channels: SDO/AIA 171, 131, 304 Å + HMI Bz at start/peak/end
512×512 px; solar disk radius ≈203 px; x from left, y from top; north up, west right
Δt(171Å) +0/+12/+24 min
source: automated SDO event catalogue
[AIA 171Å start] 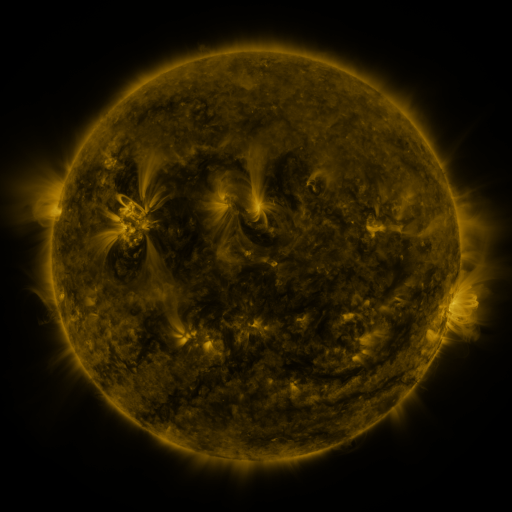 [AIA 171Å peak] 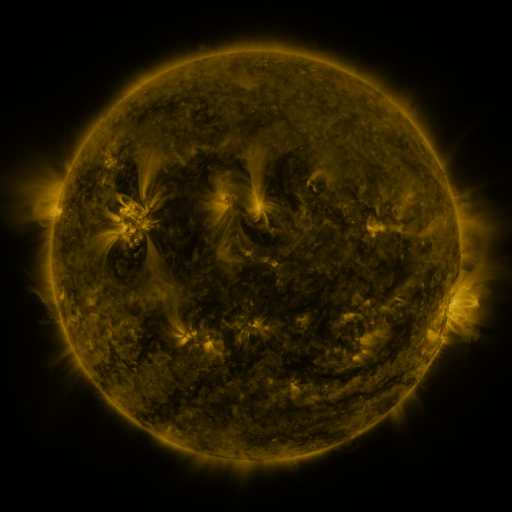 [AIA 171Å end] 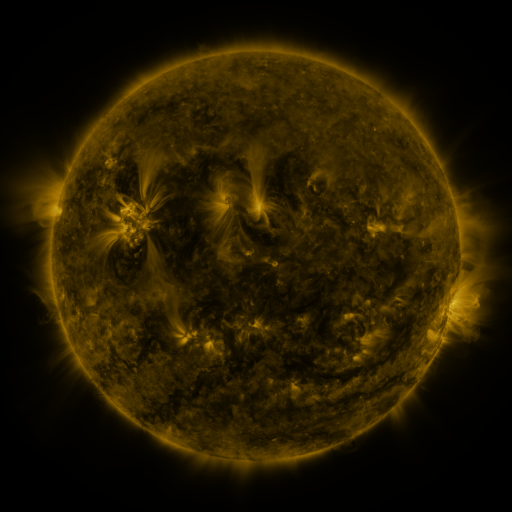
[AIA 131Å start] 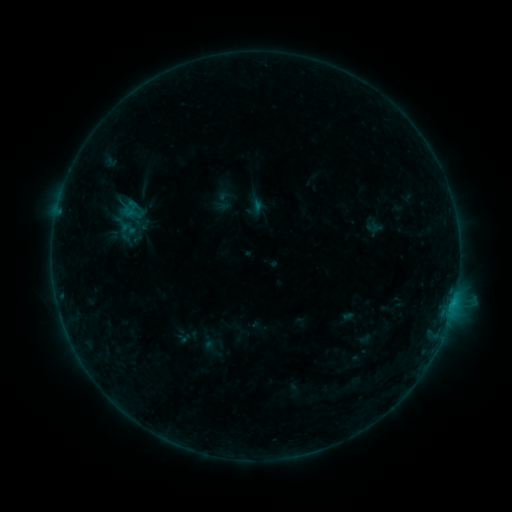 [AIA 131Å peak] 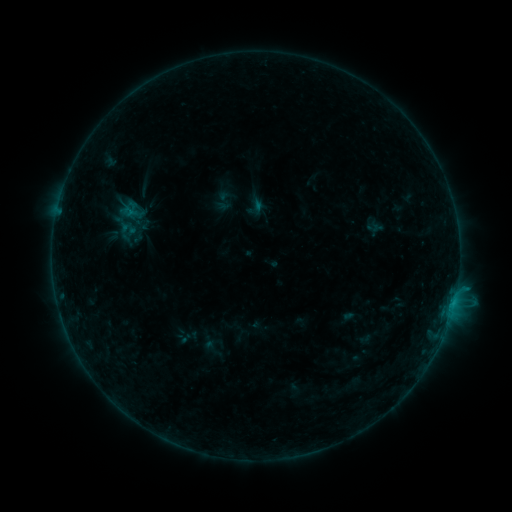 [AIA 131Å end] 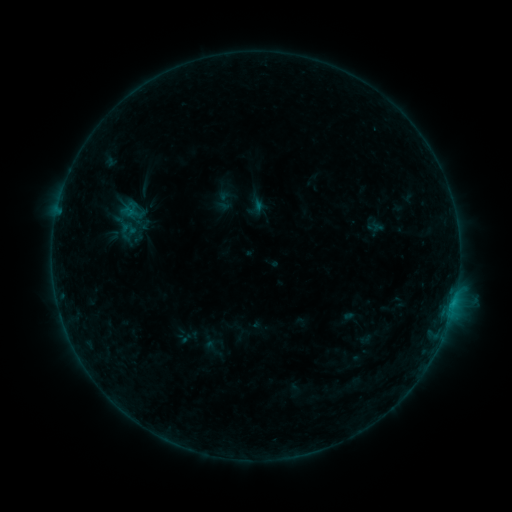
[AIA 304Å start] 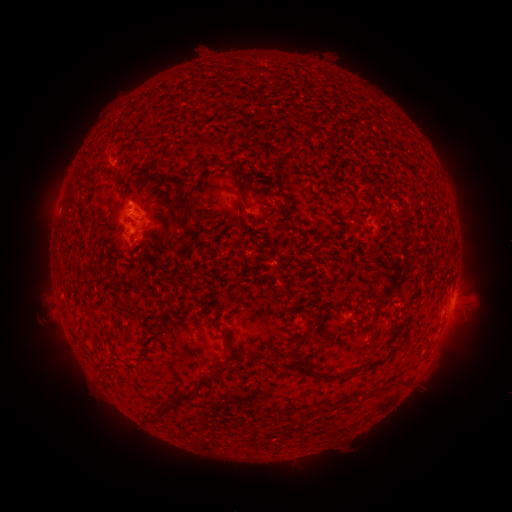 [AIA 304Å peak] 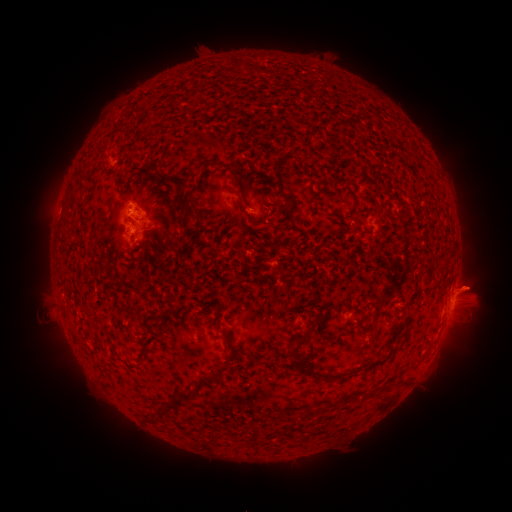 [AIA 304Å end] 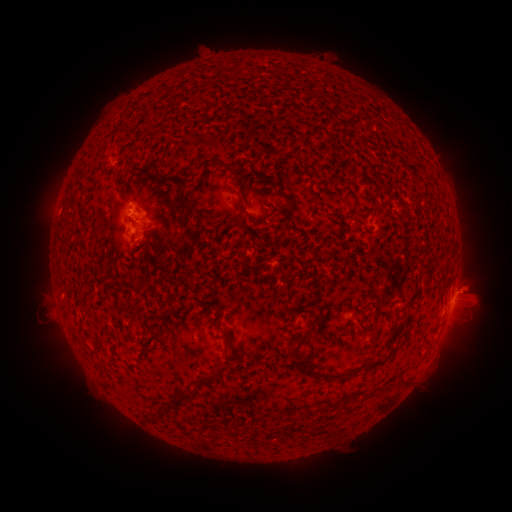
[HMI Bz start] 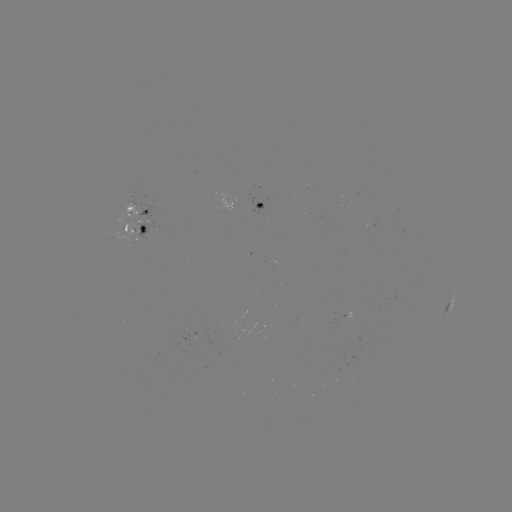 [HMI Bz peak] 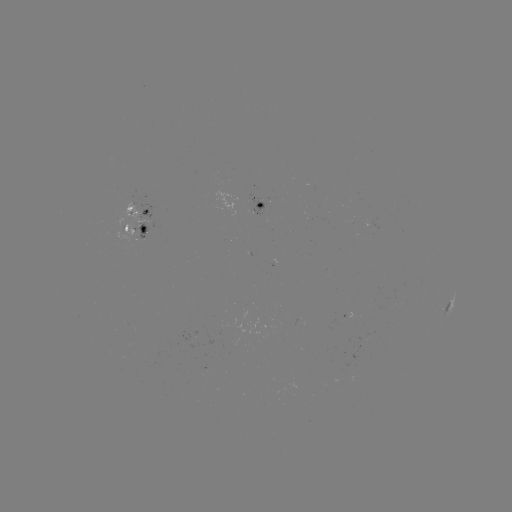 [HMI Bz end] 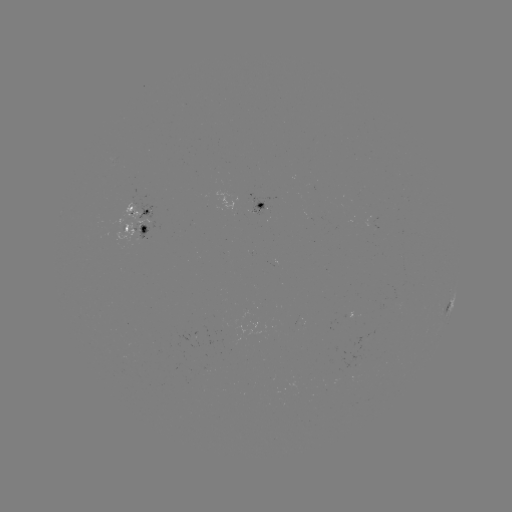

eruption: [424, 260, 503, 345]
